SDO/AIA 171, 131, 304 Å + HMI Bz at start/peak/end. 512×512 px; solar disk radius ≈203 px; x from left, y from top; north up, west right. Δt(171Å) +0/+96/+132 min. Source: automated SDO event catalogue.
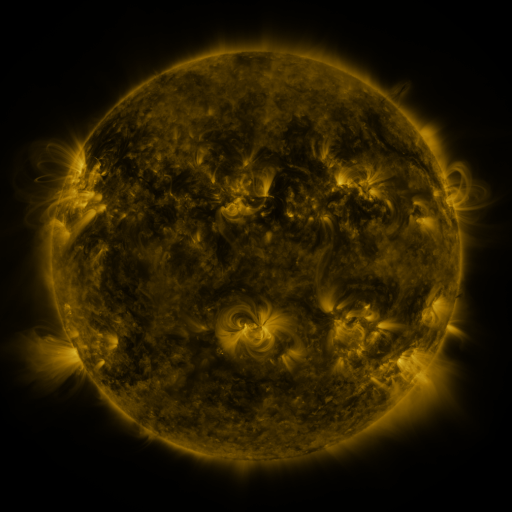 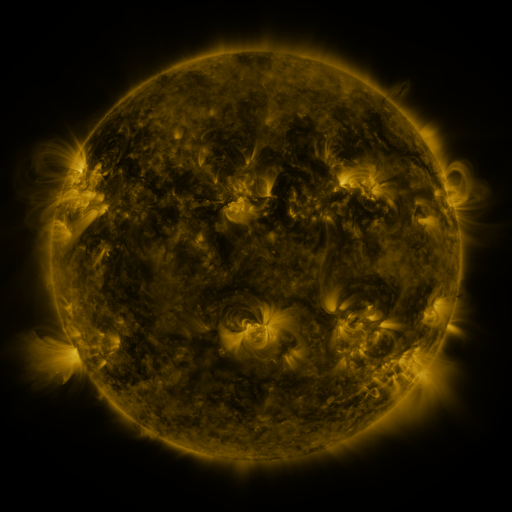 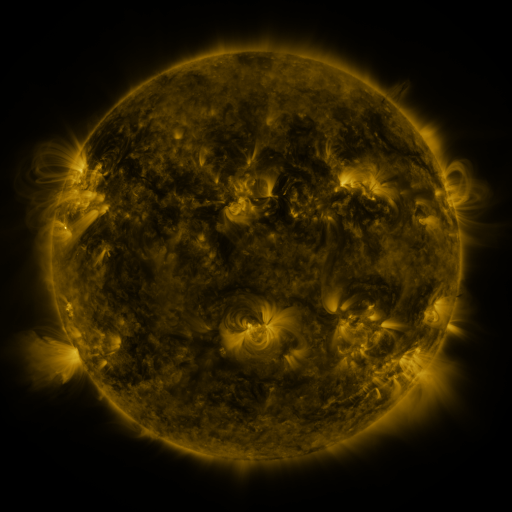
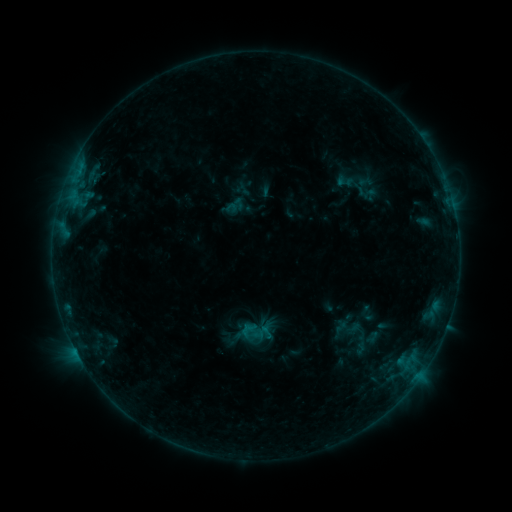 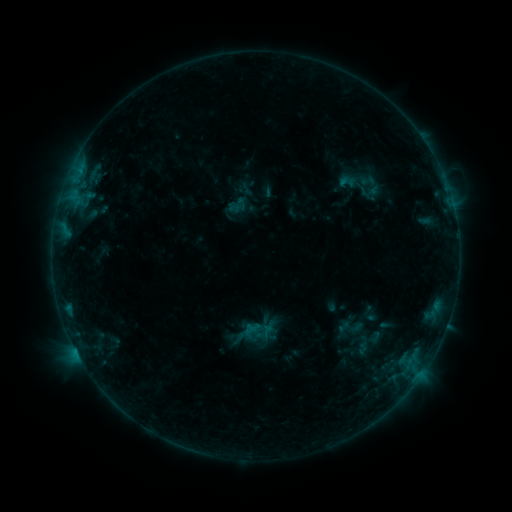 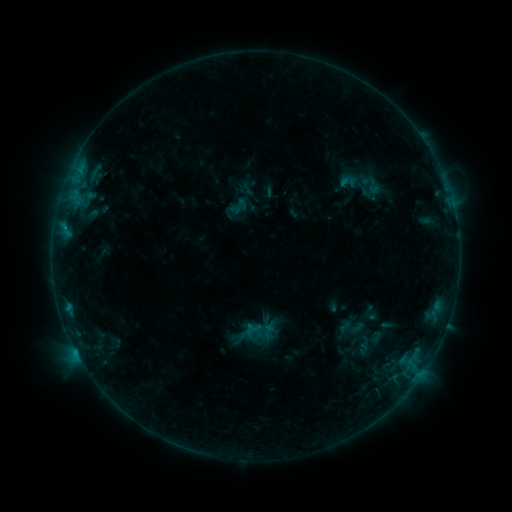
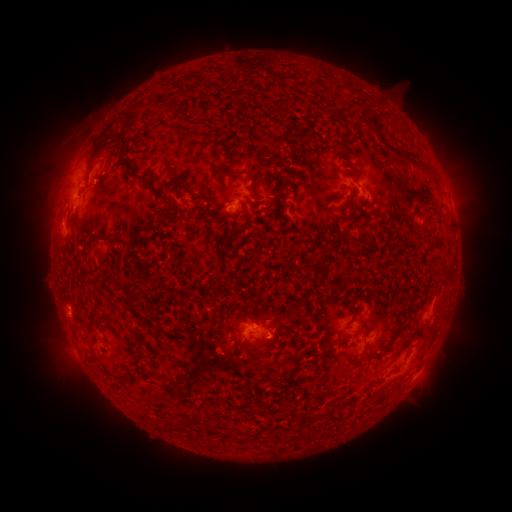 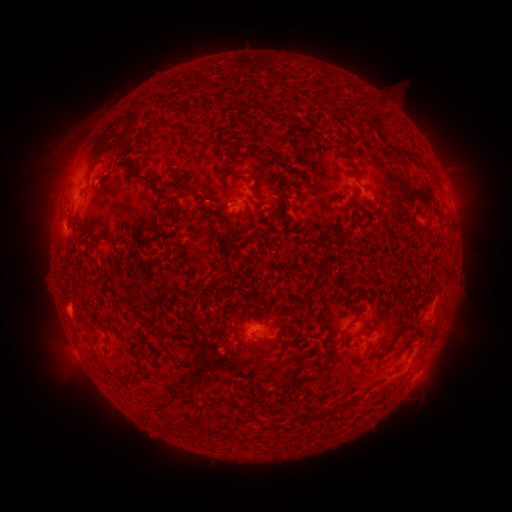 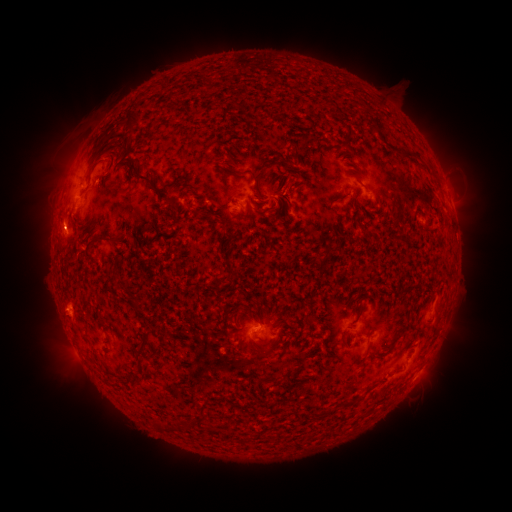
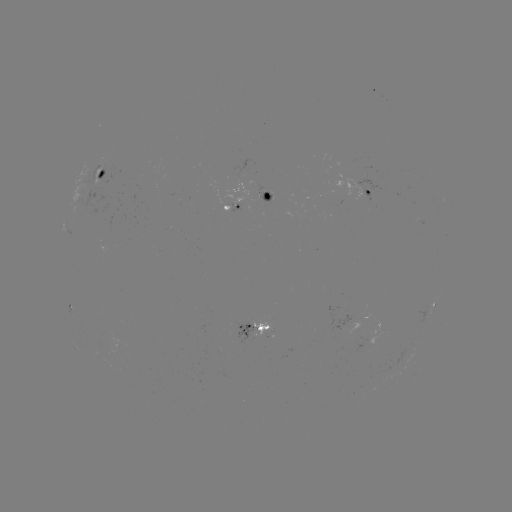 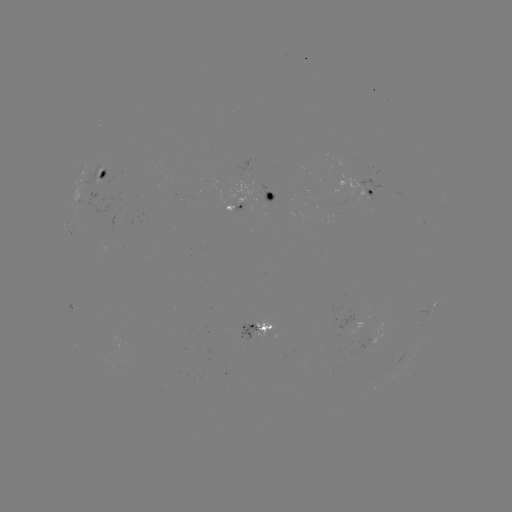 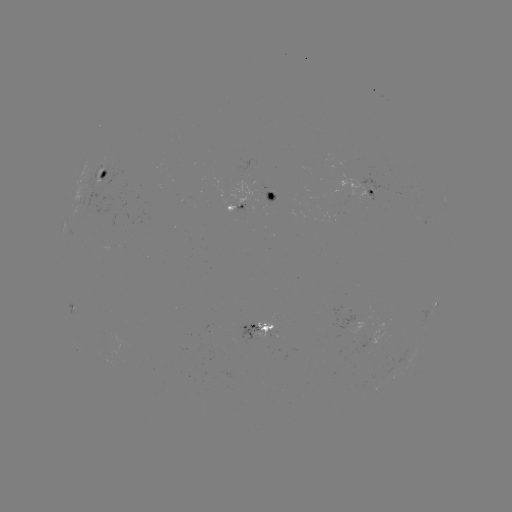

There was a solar emerging-flux region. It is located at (346, 326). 